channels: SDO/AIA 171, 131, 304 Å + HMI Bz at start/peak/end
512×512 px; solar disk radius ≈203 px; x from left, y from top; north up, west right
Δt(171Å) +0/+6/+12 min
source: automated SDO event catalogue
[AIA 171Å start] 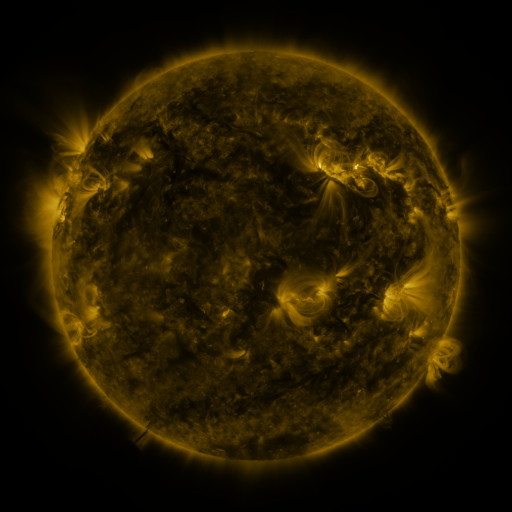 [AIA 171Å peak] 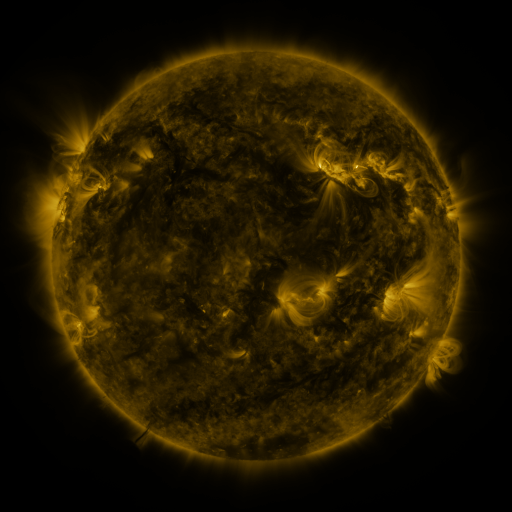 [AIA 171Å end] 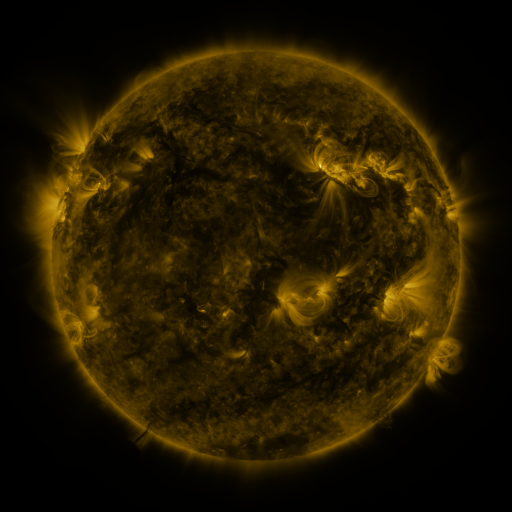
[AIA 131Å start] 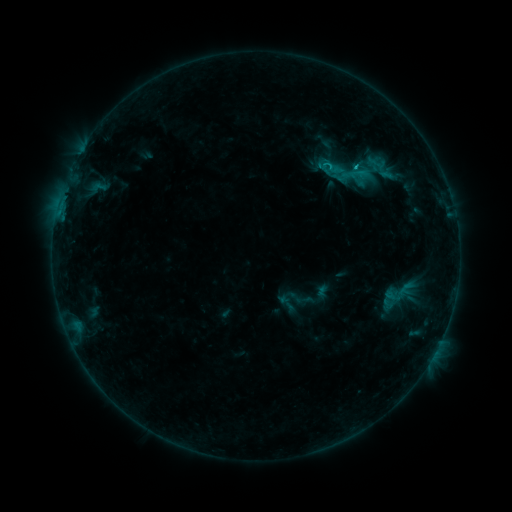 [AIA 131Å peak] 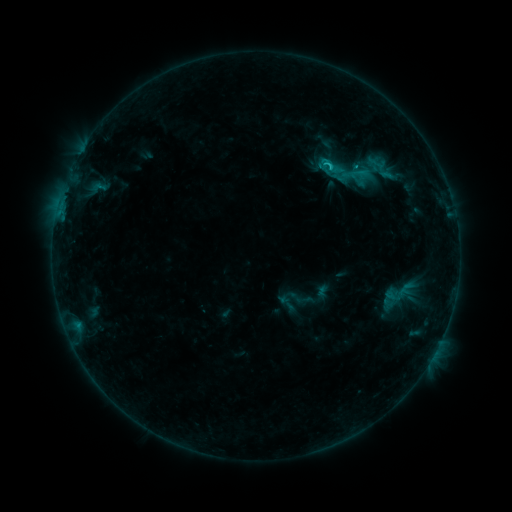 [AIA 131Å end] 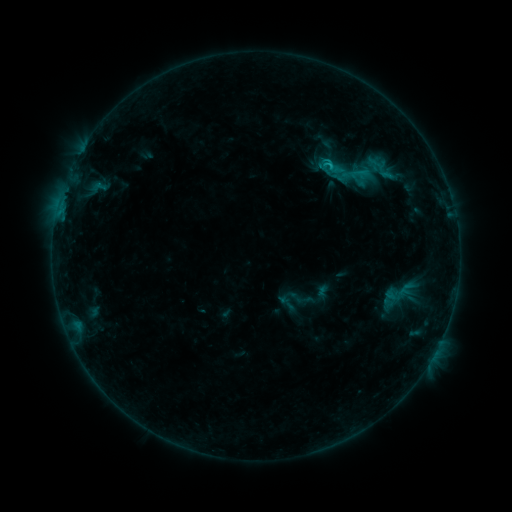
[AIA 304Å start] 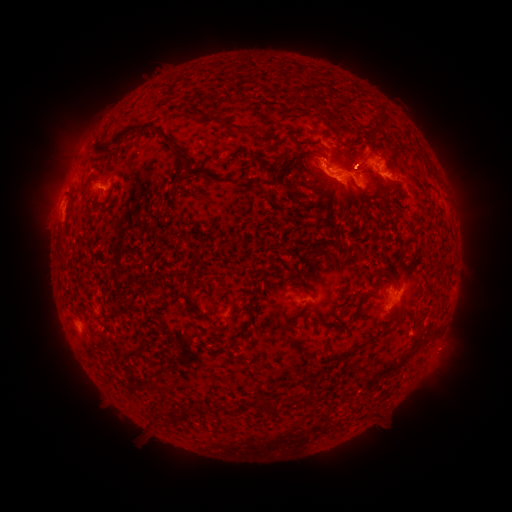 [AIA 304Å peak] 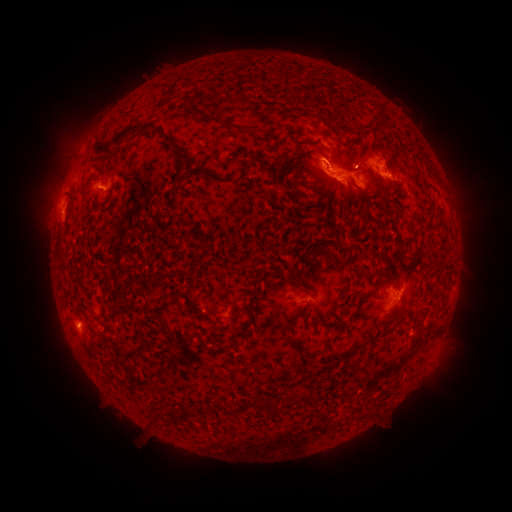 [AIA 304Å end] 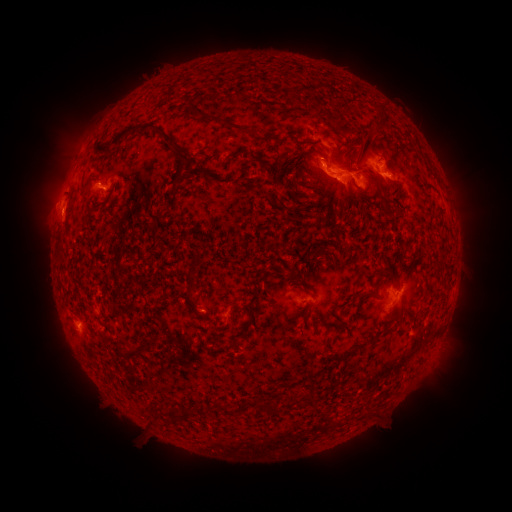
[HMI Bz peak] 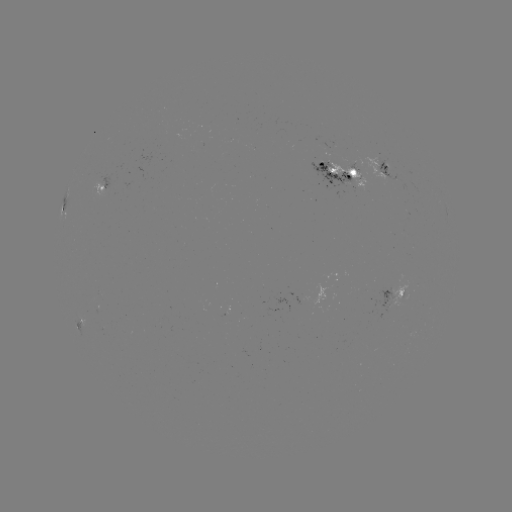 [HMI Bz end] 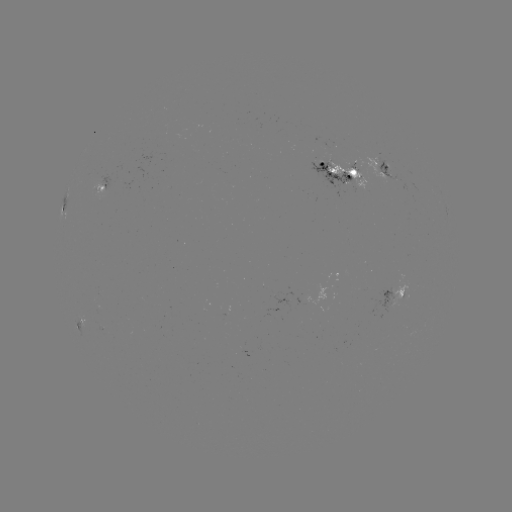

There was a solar eruption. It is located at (337, 149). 